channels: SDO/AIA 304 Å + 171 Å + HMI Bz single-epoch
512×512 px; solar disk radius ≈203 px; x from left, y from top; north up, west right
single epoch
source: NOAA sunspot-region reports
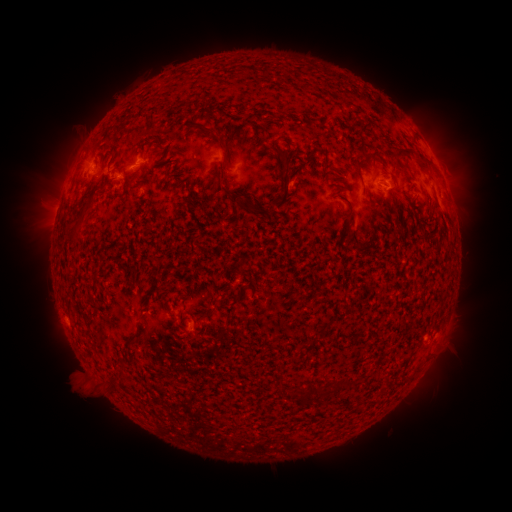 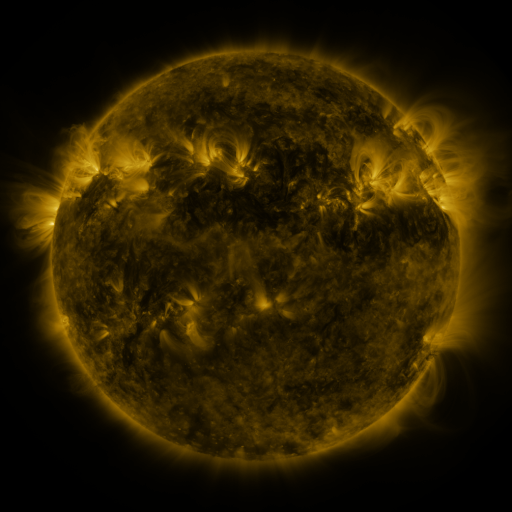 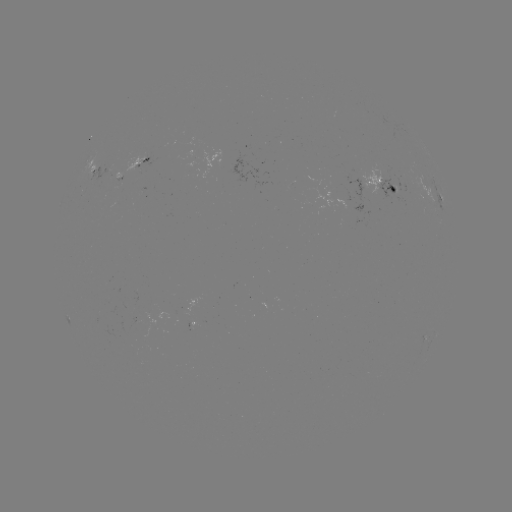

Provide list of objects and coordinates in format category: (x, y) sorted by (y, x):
spotted active region: (139, 163)
spotted active region: (95, 169)
spotted active region: (384, 184)
spotted active region: (441, 196)
